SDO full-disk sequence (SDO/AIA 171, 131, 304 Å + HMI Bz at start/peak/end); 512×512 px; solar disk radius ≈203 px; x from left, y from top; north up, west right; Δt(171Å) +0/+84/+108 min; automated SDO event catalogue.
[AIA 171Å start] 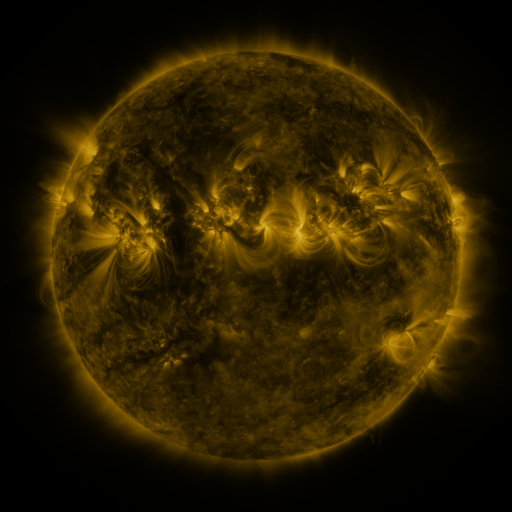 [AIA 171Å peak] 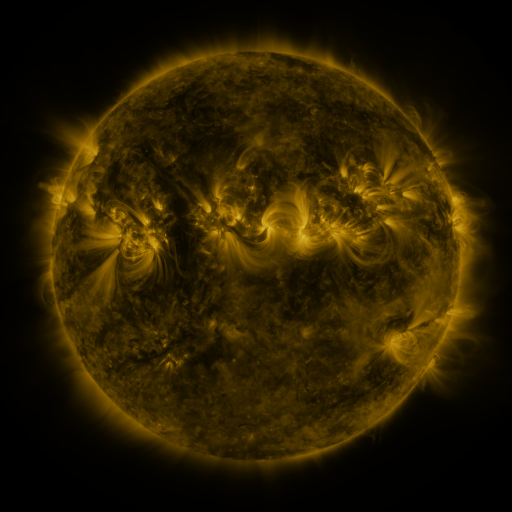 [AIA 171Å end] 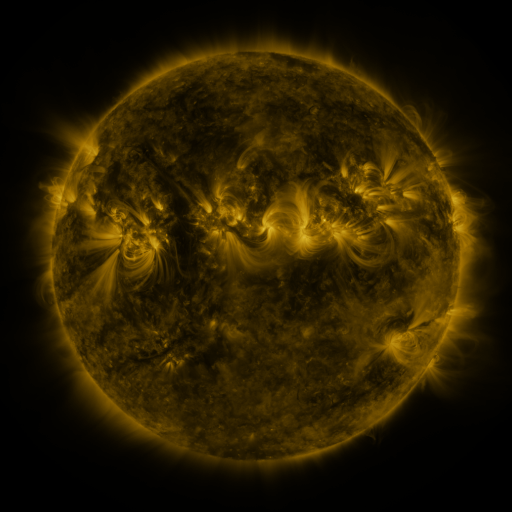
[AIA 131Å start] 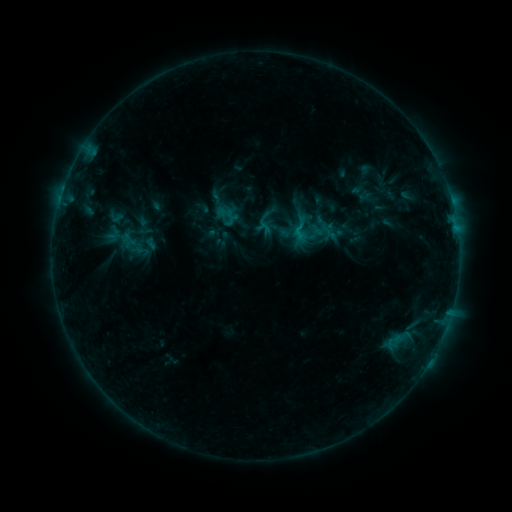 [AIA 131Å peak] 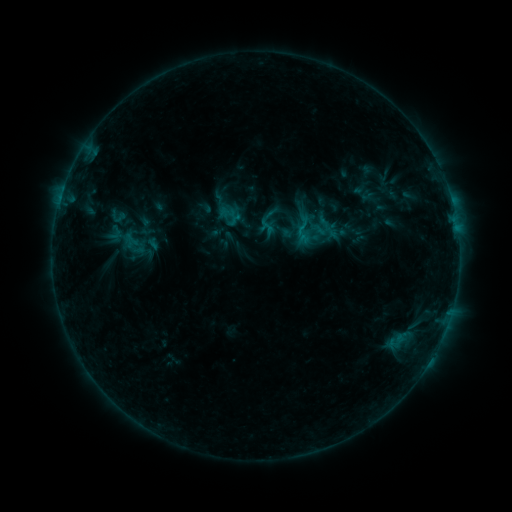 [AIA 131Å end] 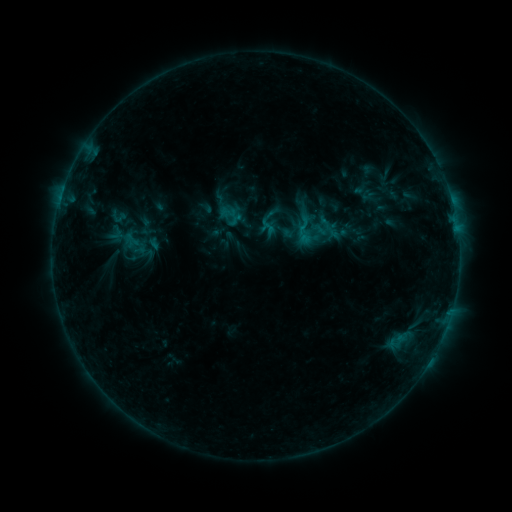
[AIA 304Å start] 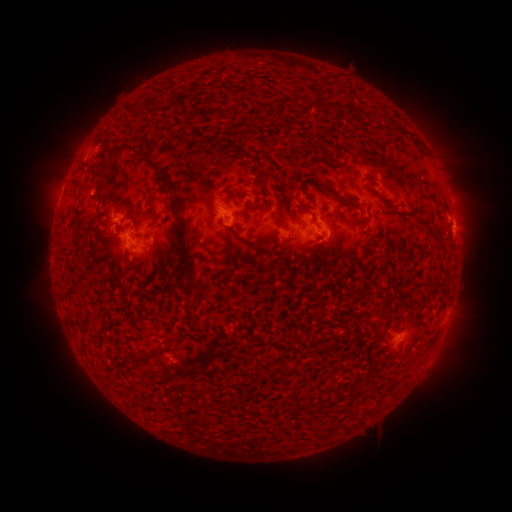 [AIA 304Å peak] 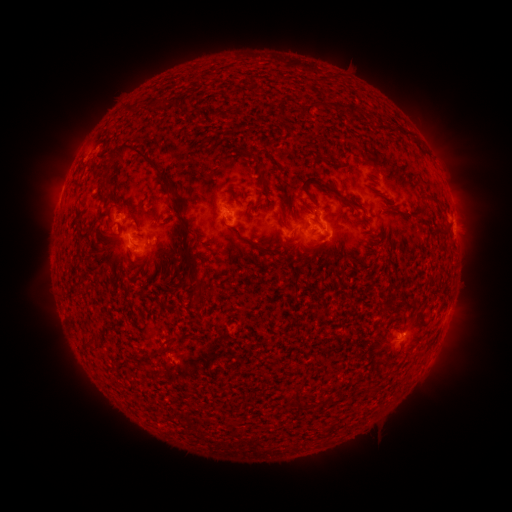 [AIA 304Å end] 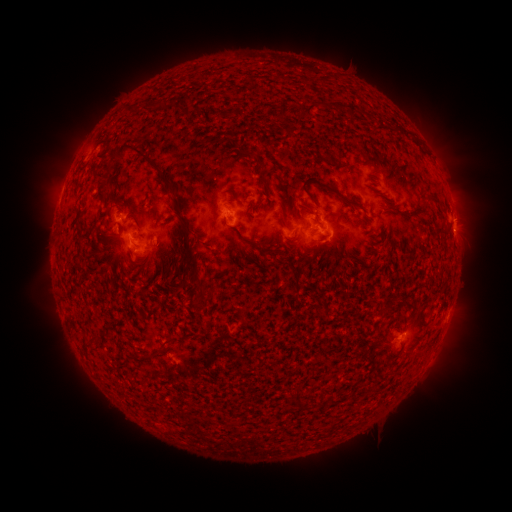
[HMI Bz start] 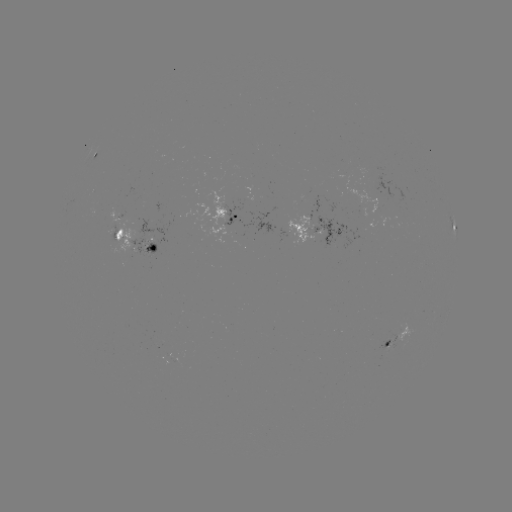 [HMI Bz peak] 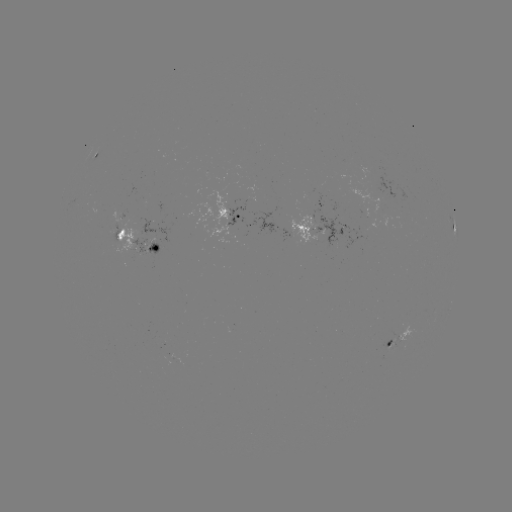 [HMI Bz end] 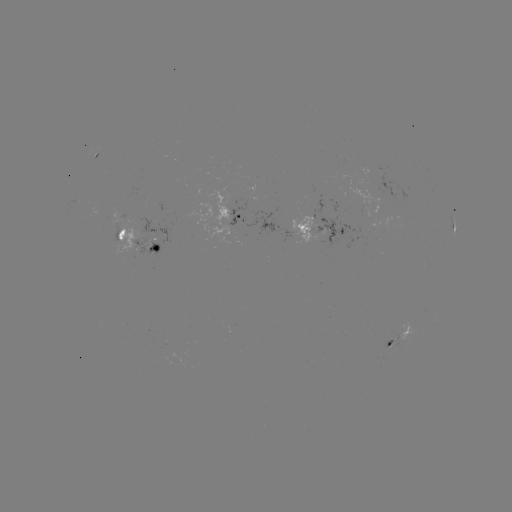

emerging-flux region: [134, 217, 168, 254]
